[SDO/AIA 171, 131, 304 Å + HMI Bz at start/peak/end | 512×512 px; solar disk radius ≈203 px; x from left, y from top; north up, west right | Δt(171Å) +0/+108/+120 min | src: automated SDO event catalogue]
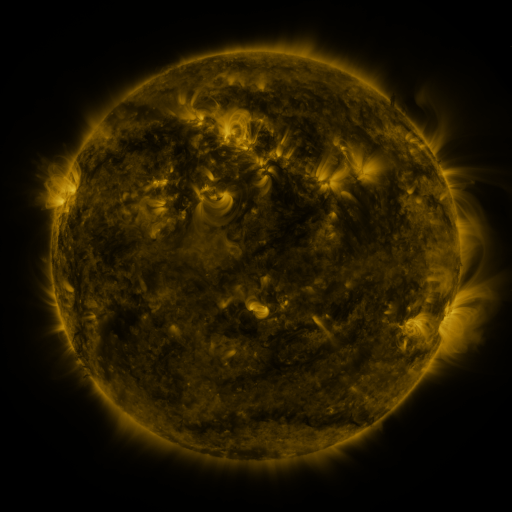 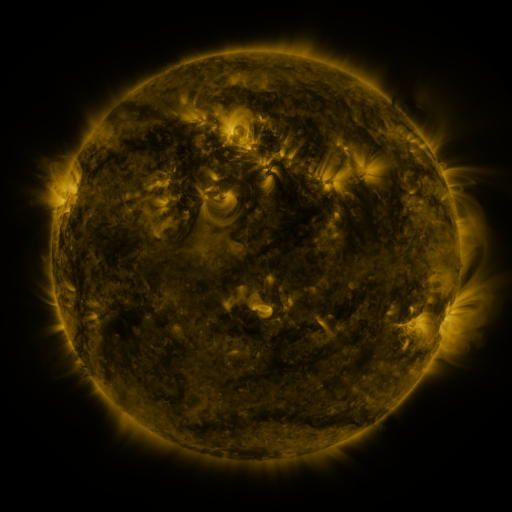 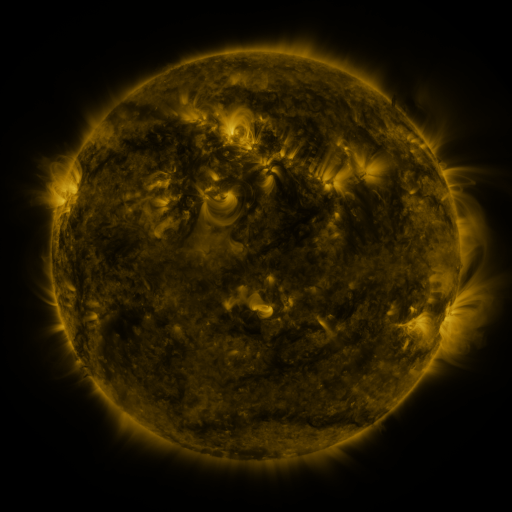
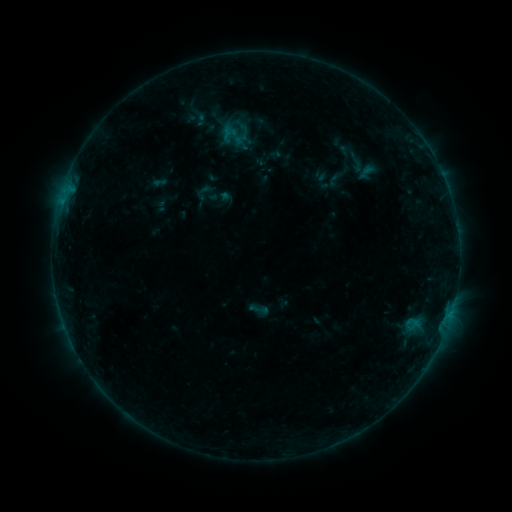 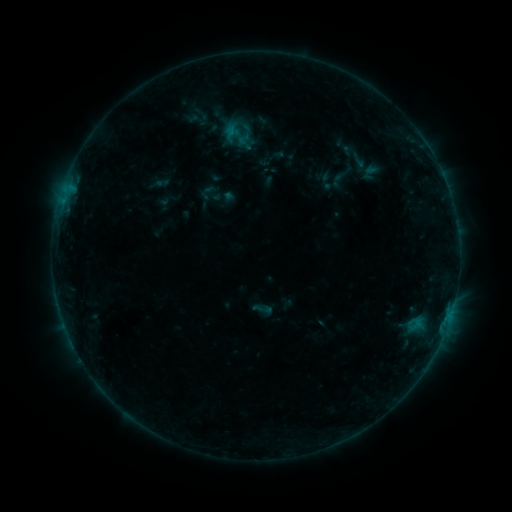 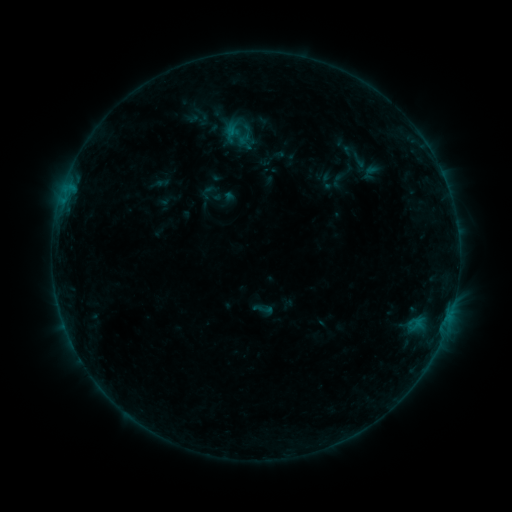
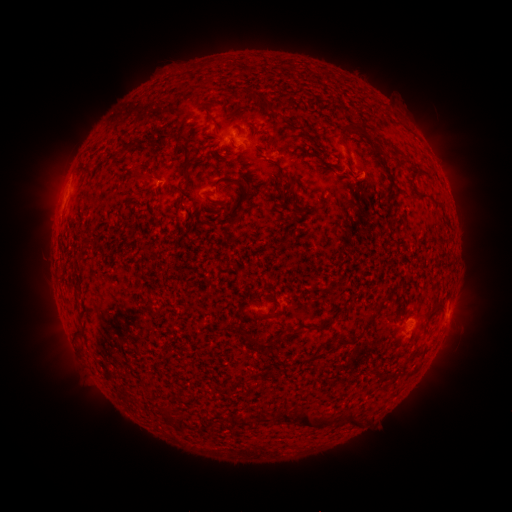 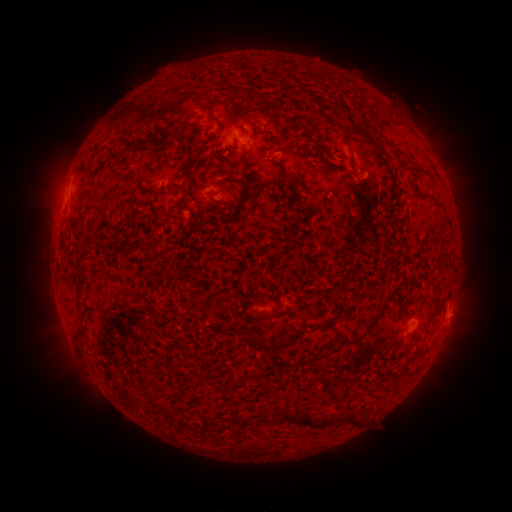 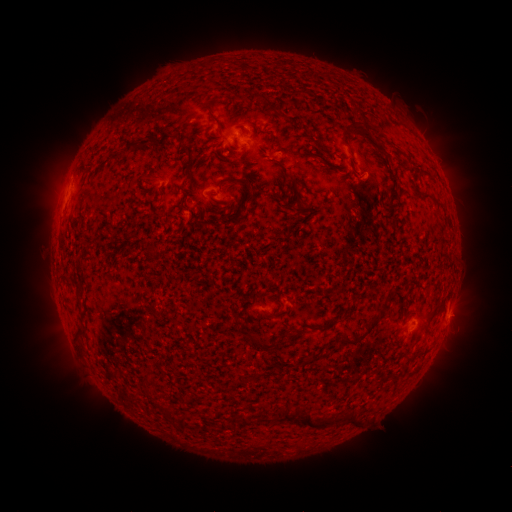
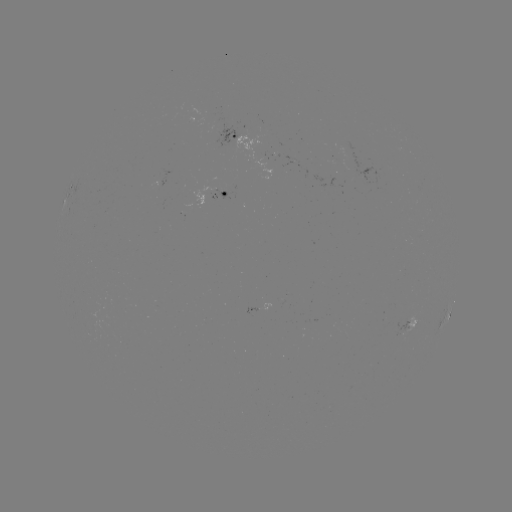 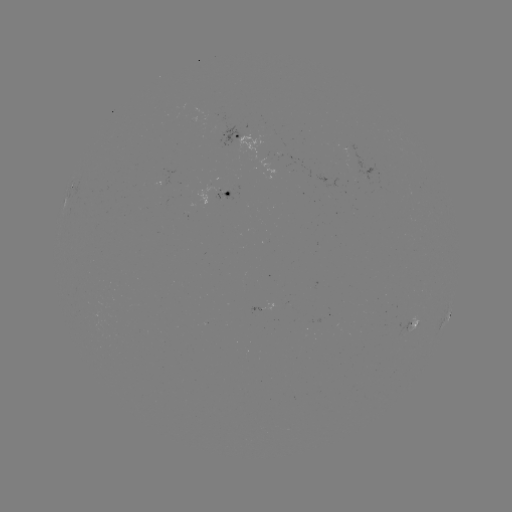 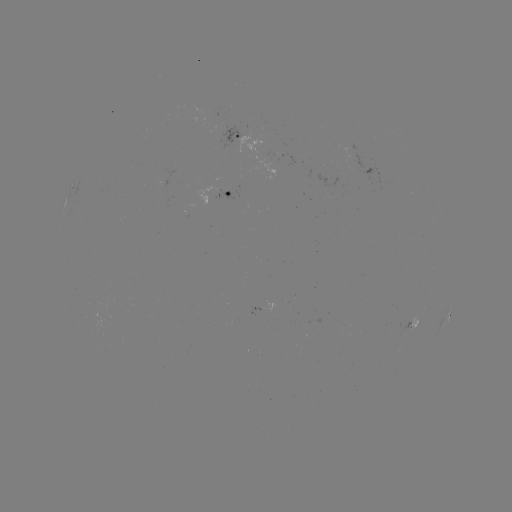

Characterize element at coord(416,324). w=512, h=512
emerging-flux region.